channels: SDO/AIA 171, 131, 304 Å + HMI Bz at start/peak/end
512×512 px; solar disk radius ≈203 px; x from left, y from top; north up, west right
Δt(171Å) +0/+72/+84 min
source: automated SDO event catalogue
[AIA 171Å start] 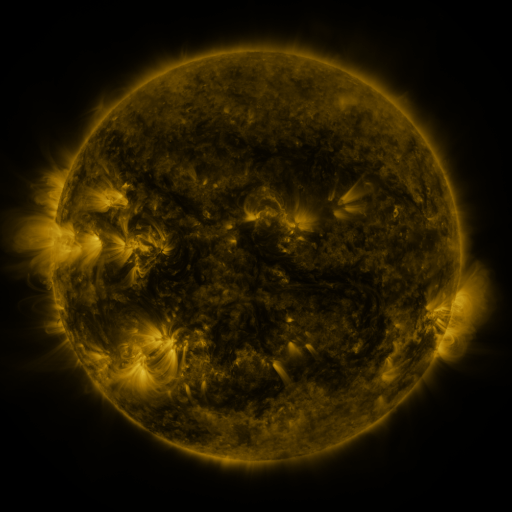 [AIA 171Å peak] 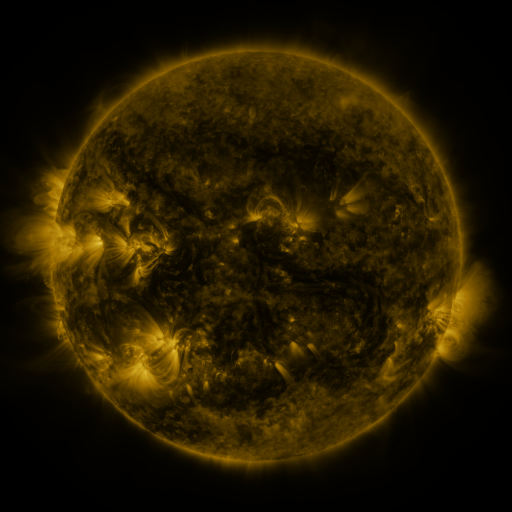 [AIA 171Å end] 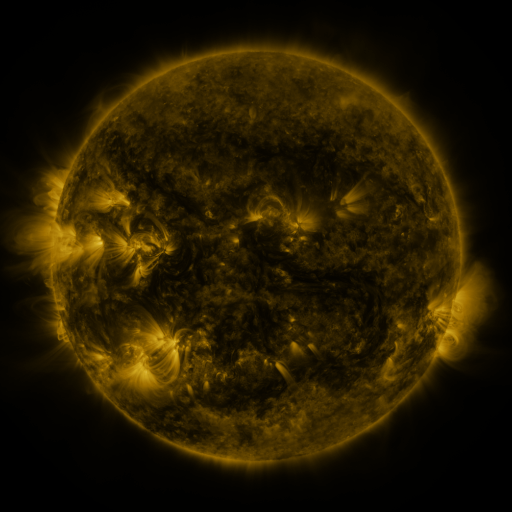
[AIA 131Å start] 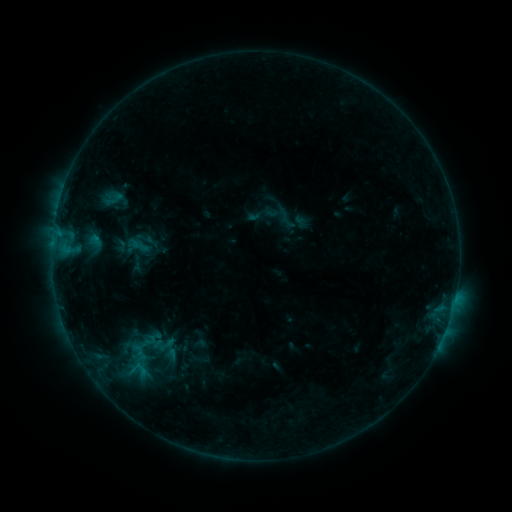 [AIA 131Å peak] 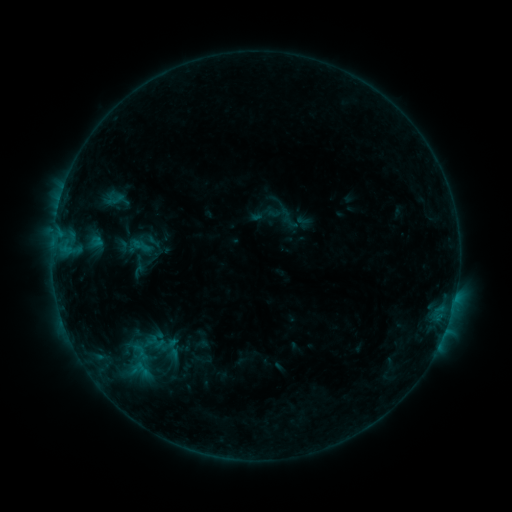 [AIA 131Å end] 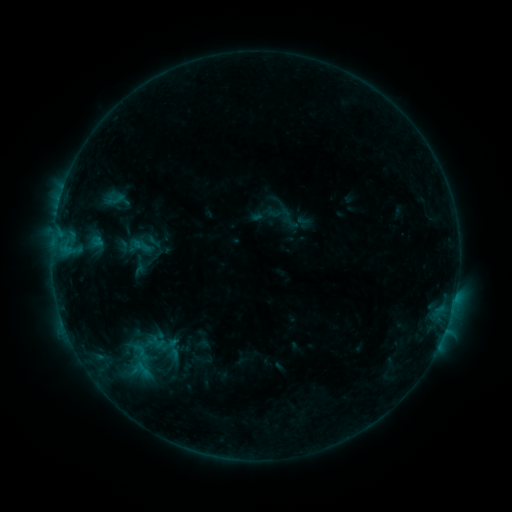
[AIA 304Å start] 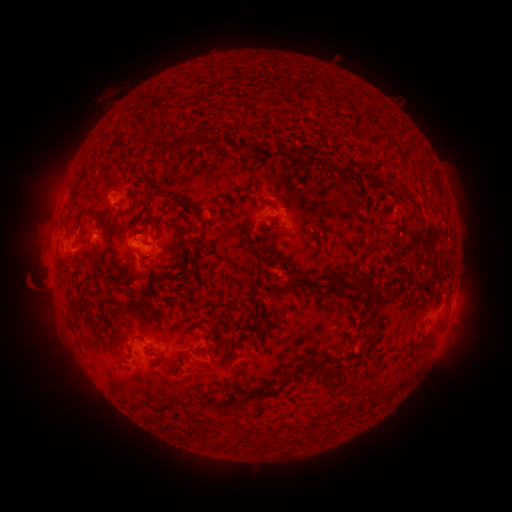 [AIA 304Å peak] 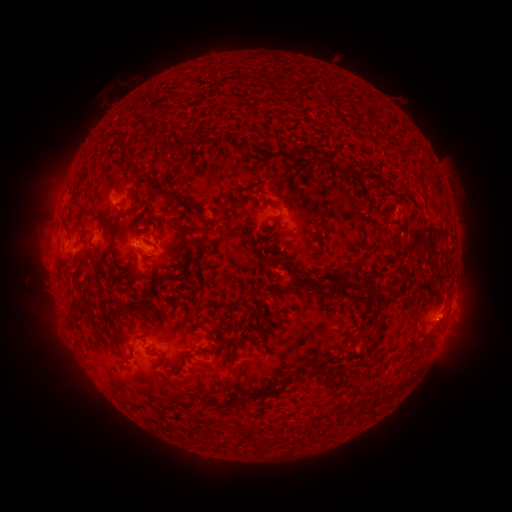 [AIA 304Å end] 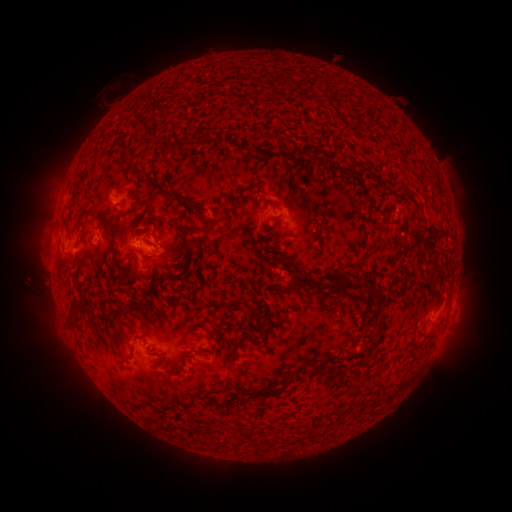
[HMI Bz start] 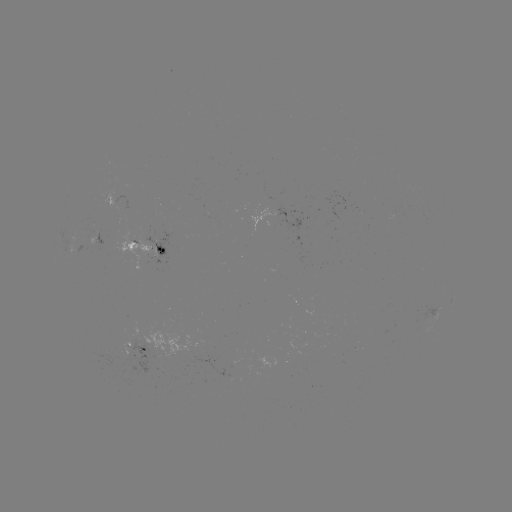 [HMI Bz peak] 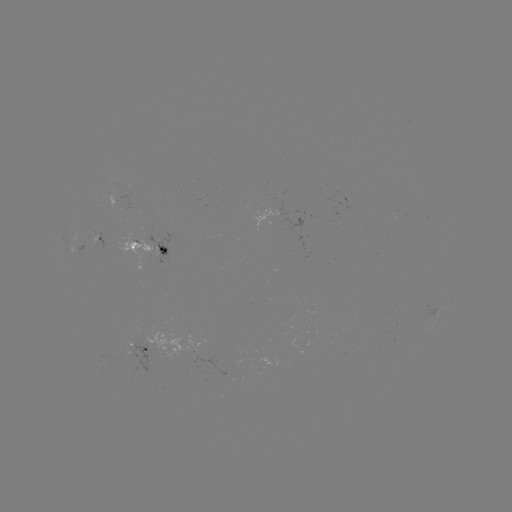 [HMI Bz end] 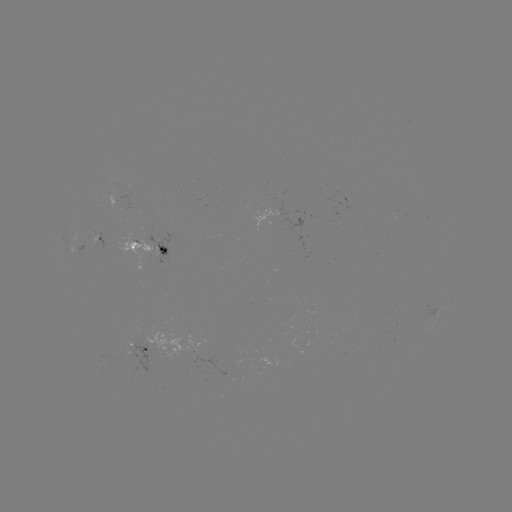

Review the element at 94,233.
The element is emerging-flux region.